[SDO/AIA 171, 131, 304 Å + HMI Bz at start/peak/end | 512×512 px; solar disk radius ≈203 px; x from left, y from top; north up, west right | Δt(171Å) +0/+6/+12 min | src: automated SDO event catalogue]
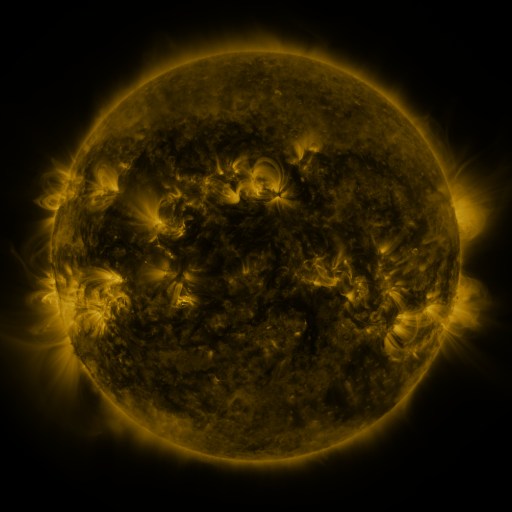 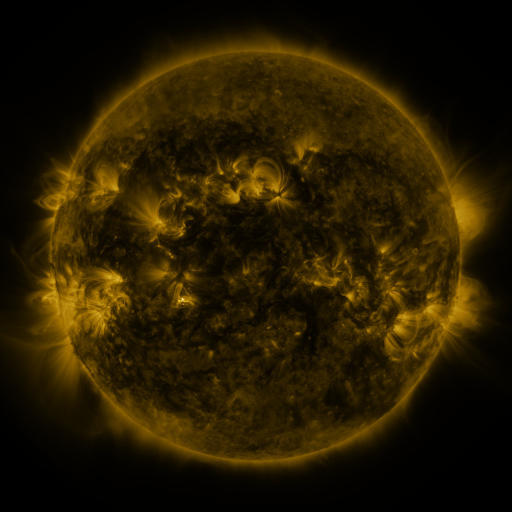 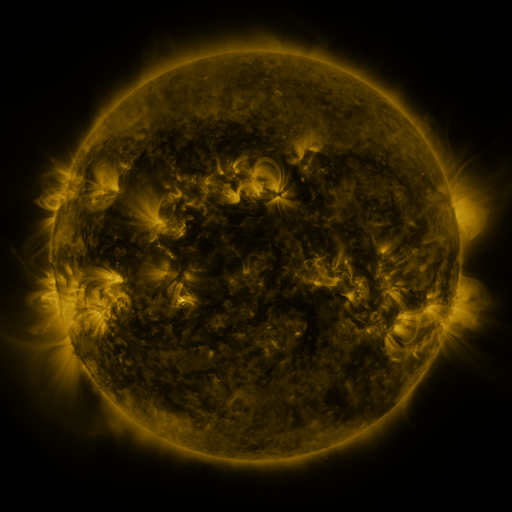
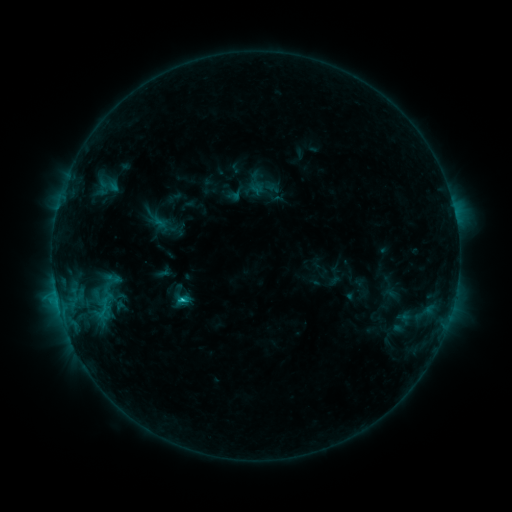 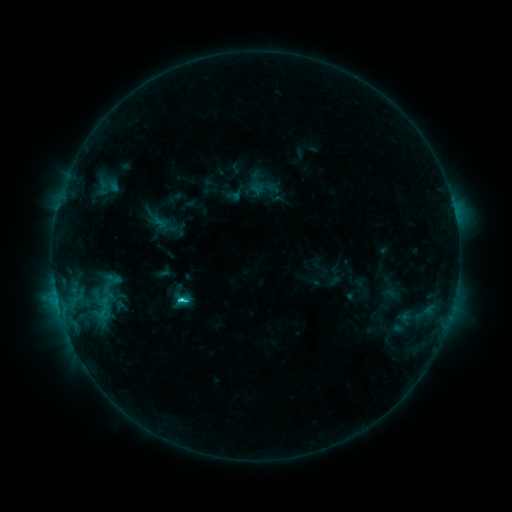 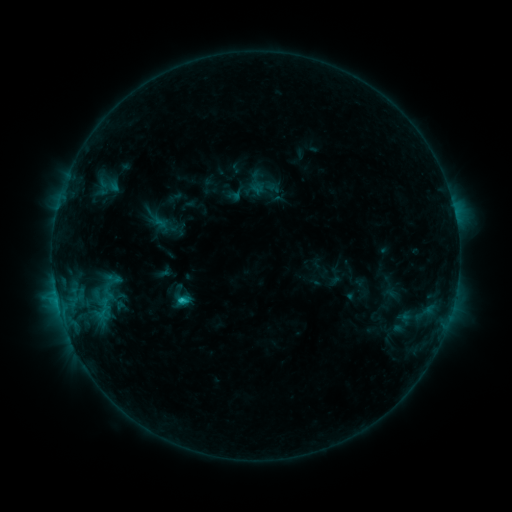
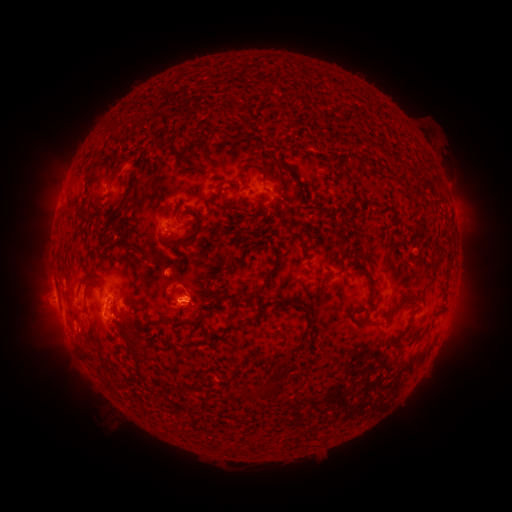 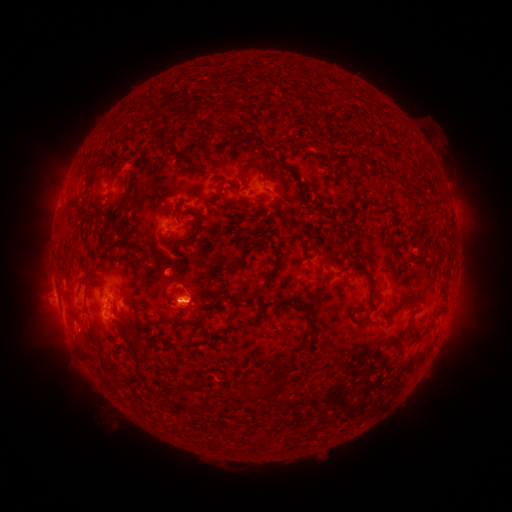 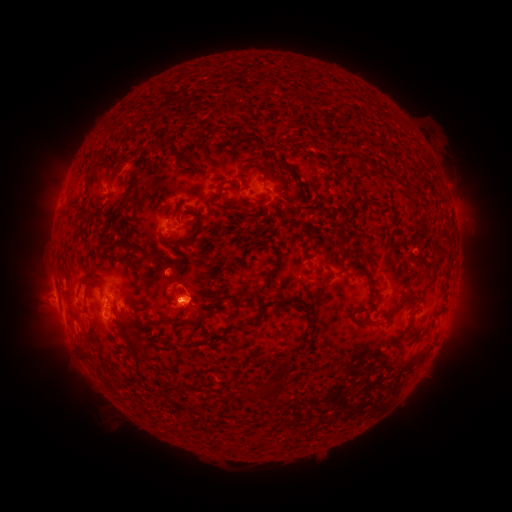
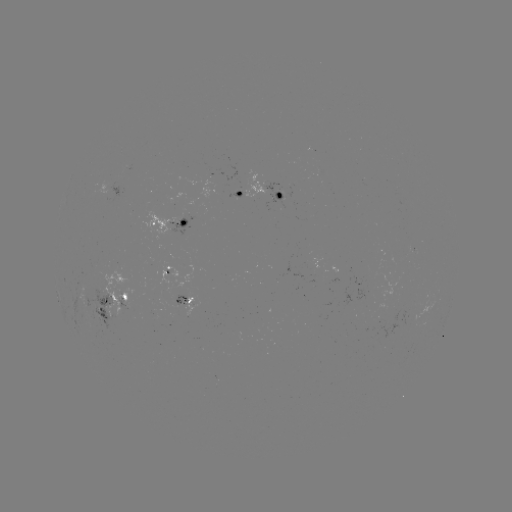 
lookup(C1.7 flare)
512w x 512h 182,297